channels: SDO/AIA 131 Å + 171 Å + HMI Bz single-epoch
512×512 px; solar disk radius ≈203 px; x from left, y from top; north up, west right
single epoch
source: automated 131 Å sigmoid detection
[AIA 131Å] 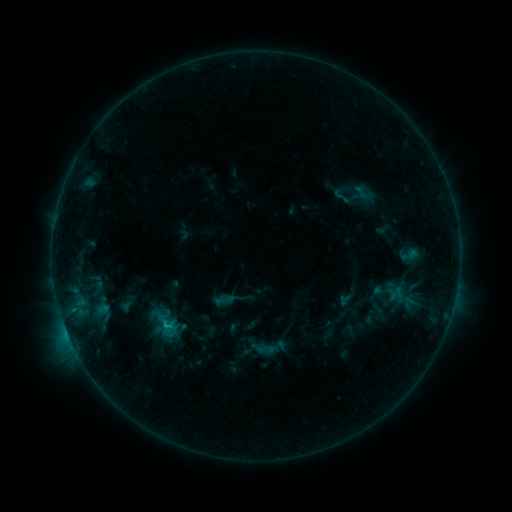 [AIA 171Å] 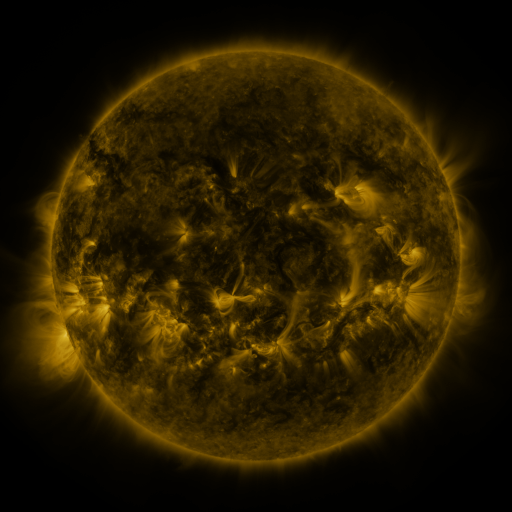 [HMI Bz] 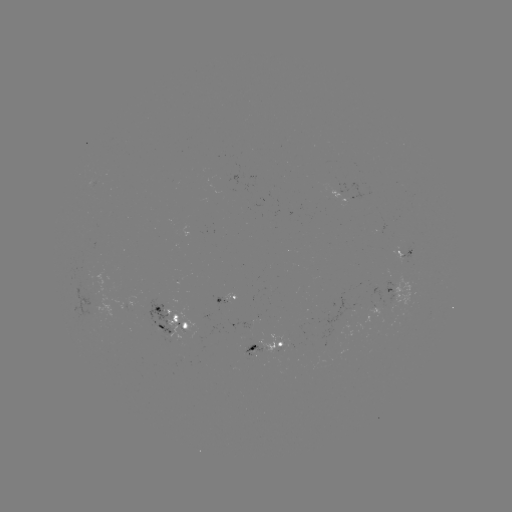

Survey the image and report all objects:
sigmoid: <bbox>328, 185, 356, 206</bbox>
sigmoid: <bbox>256, 339, 276, 358</bbox>
